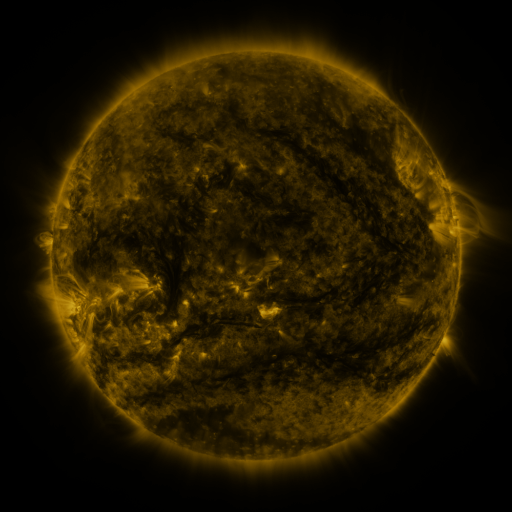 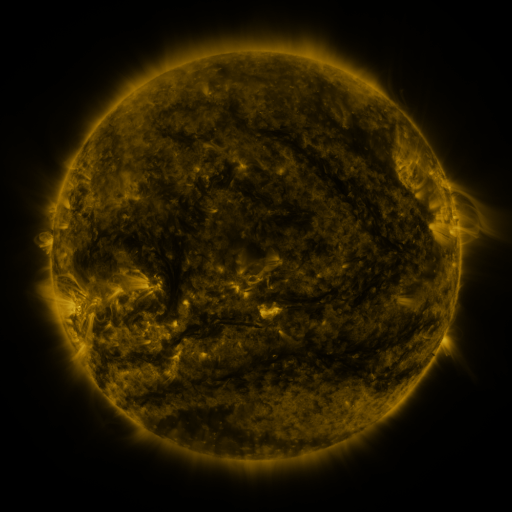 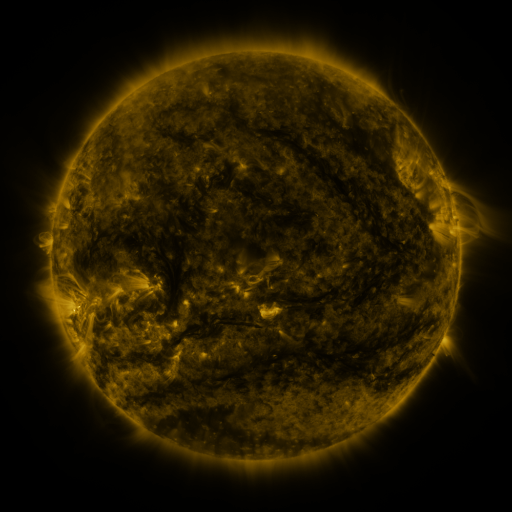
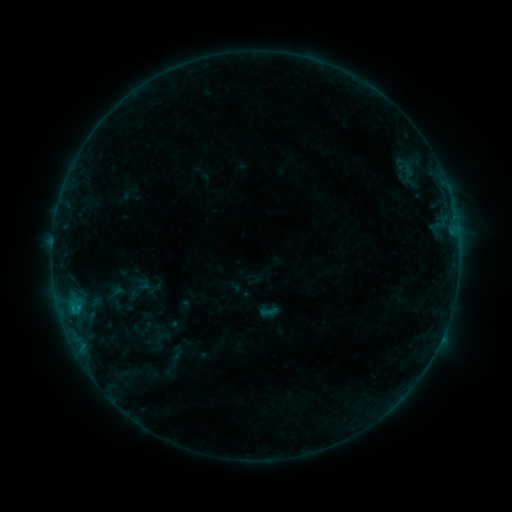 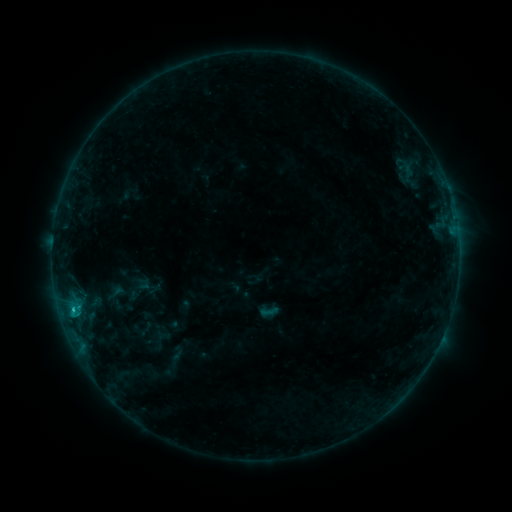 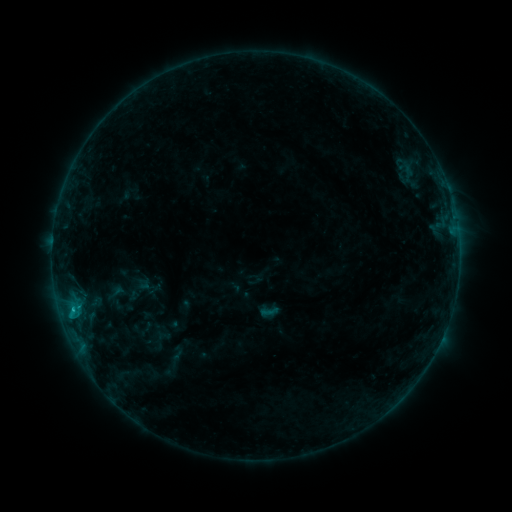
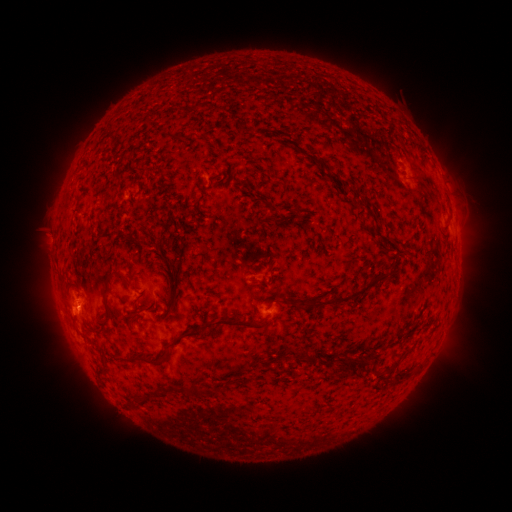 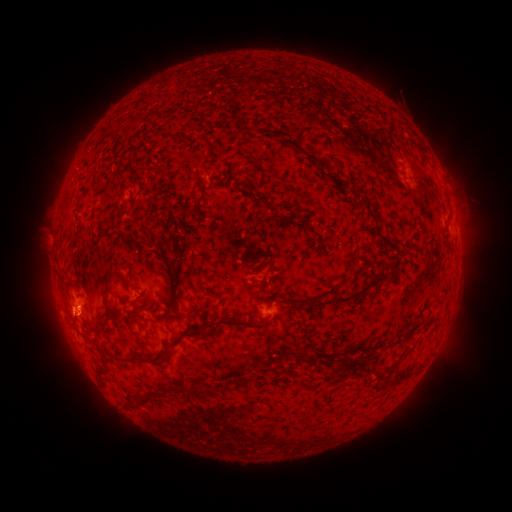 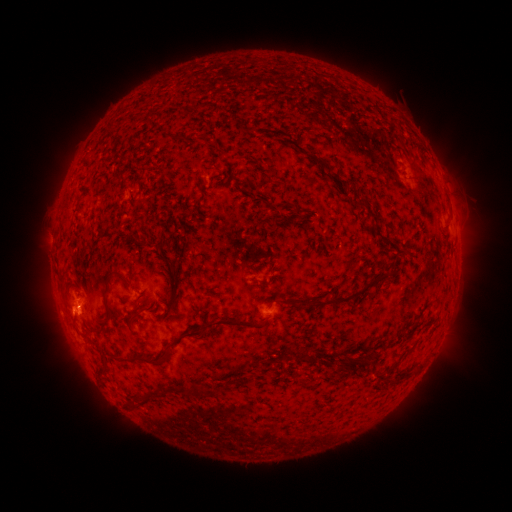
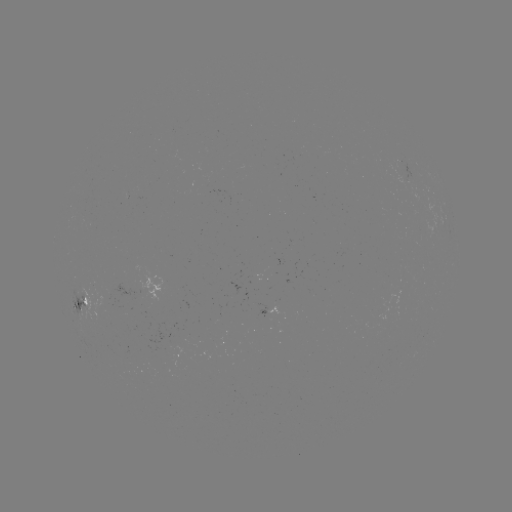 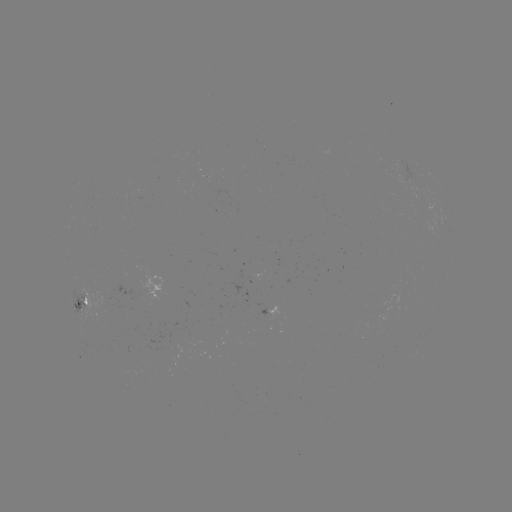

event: flare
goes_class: B7.2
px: (73, 306)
